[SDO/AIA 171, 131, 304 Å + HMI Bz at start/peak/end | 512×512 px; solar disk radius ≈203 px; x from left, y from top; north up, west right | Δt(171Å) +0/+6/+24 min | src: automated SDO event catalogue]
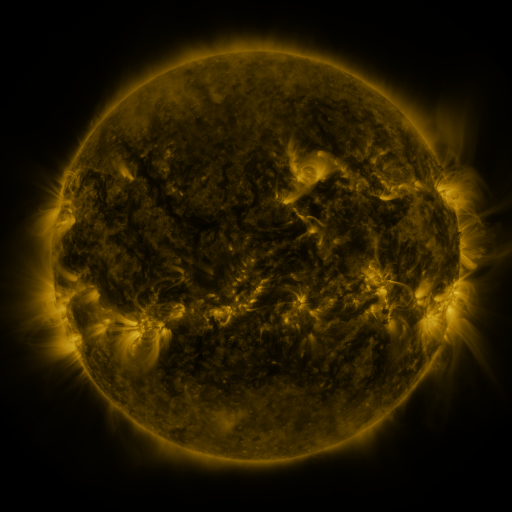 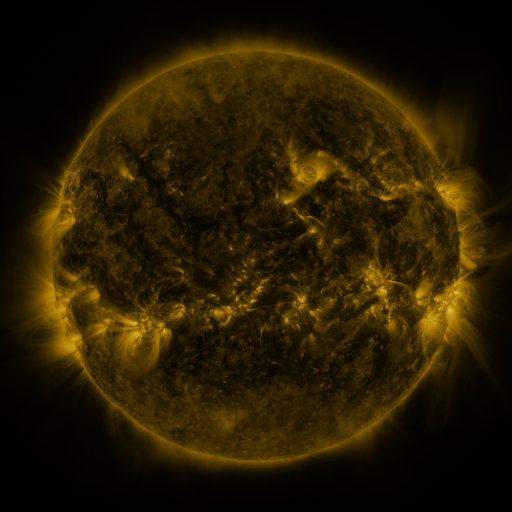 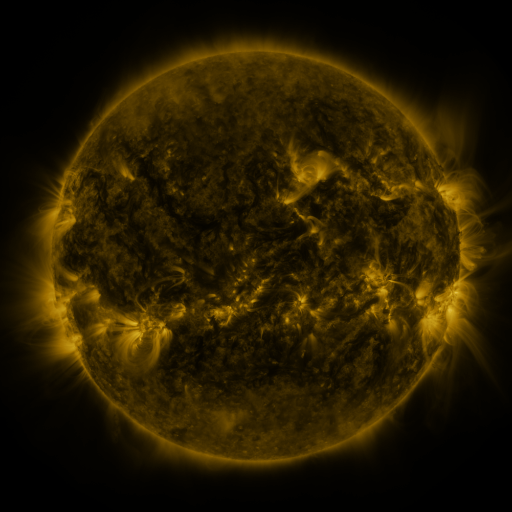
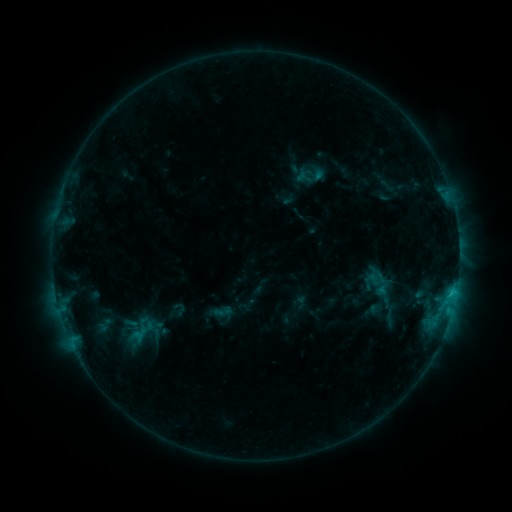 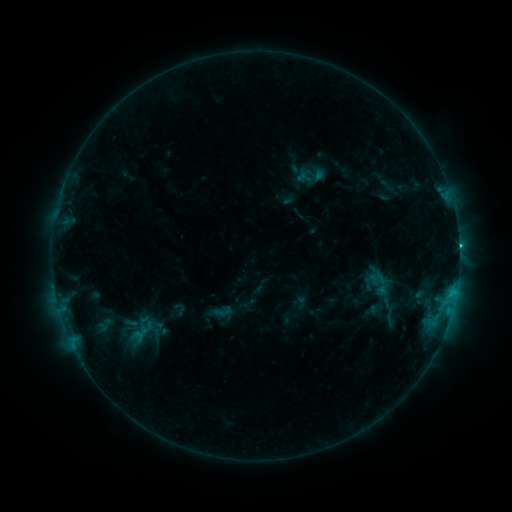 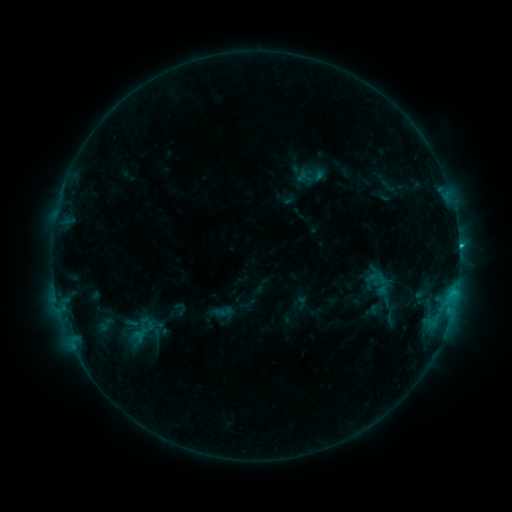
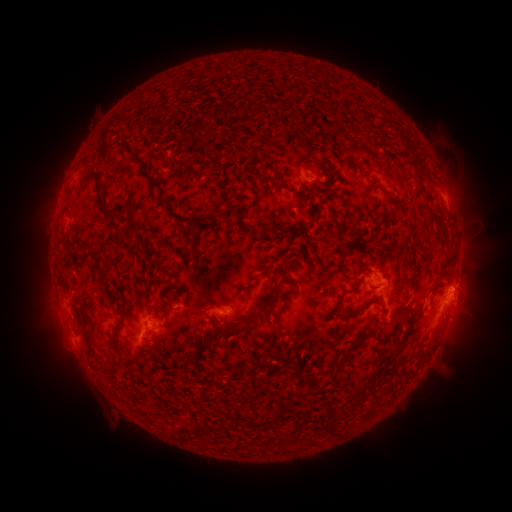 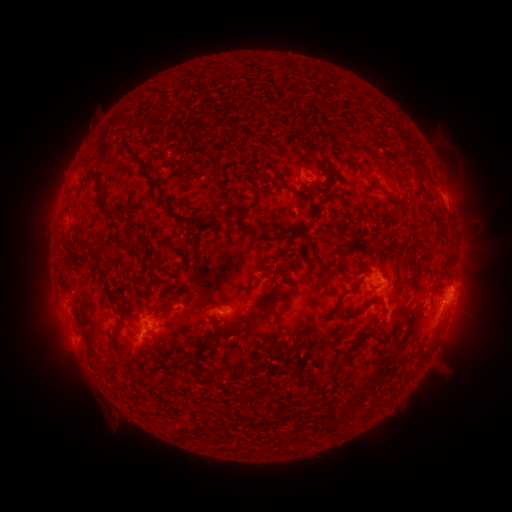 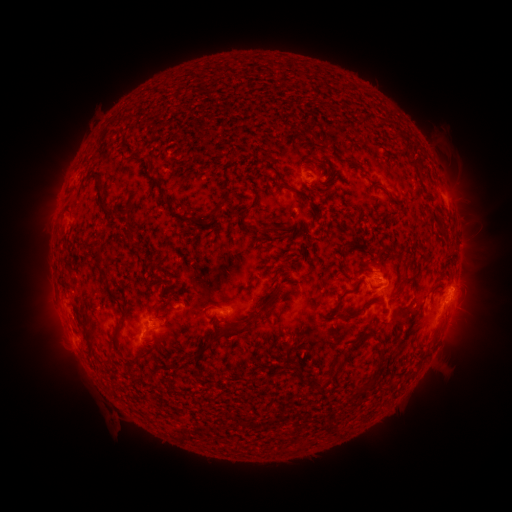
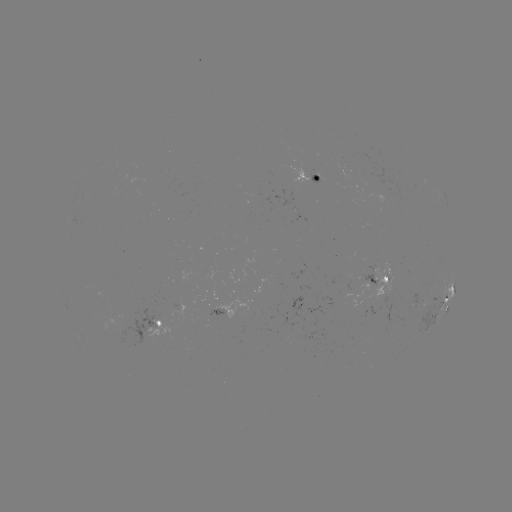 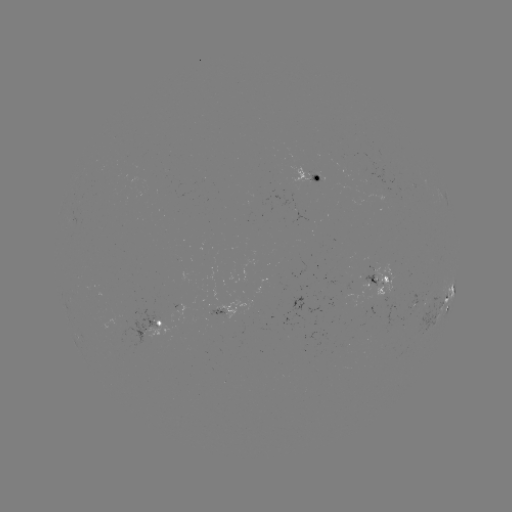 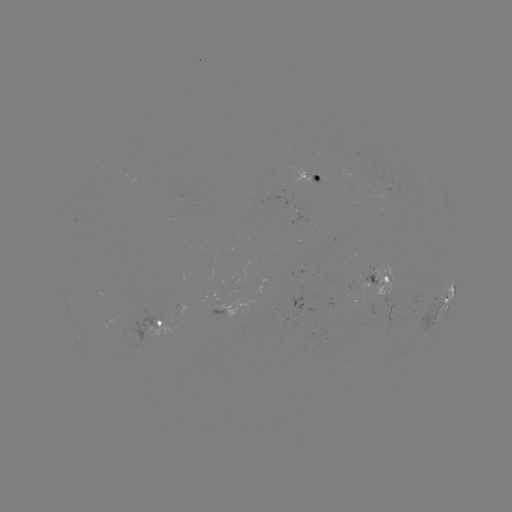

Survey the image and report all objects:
C1.6 flare: (458, 248)
